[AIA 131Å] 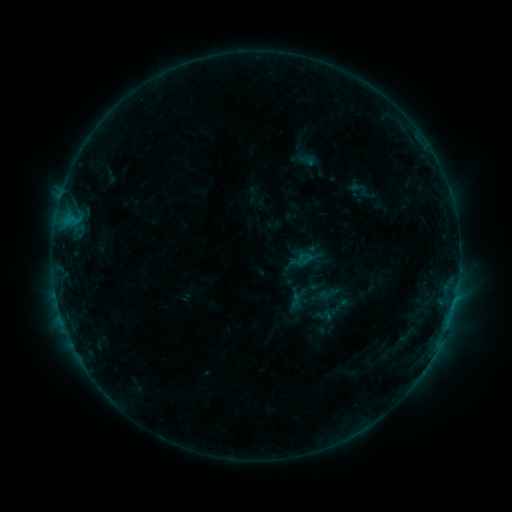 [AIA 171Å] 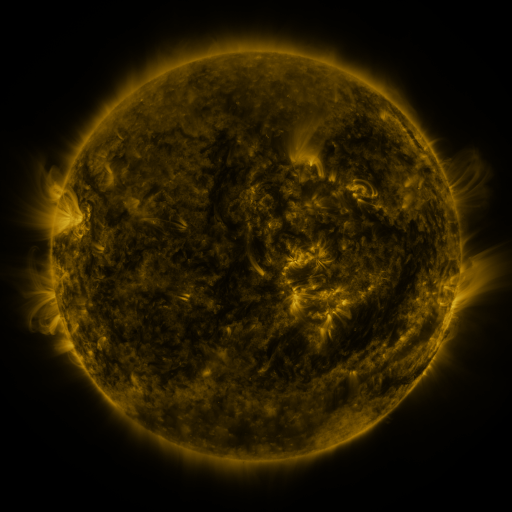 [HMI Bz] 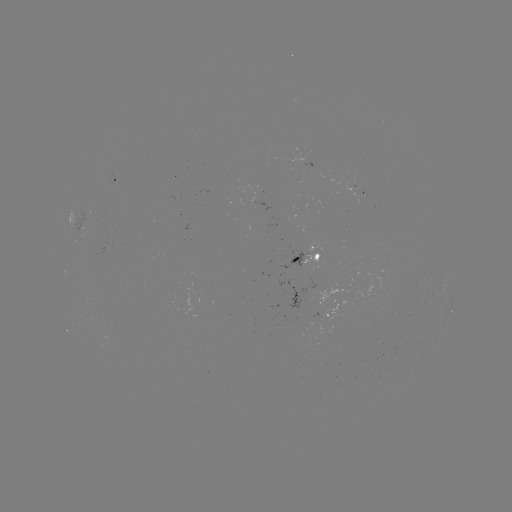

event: sigmoid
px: (322, 287)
